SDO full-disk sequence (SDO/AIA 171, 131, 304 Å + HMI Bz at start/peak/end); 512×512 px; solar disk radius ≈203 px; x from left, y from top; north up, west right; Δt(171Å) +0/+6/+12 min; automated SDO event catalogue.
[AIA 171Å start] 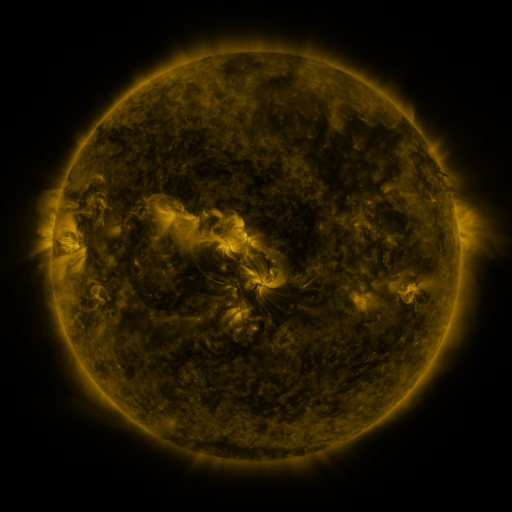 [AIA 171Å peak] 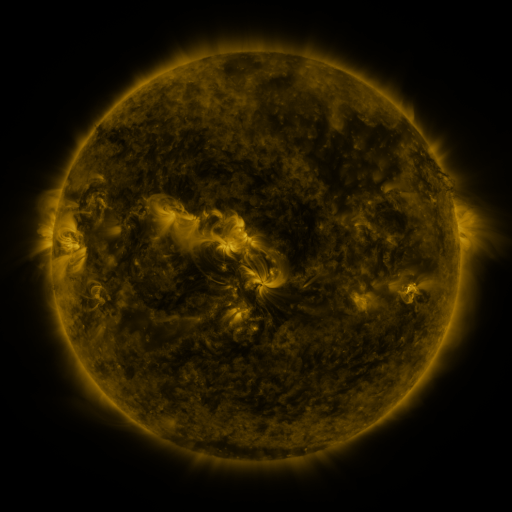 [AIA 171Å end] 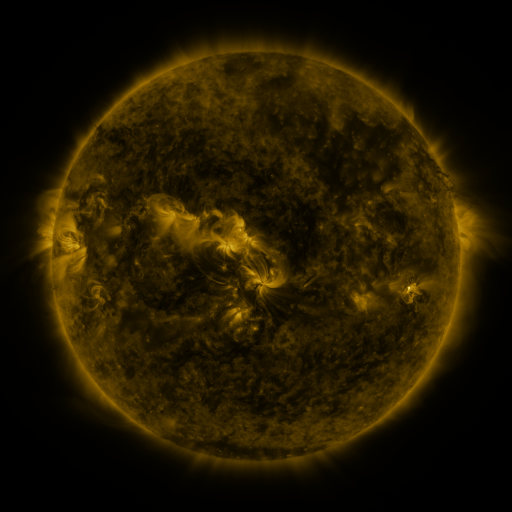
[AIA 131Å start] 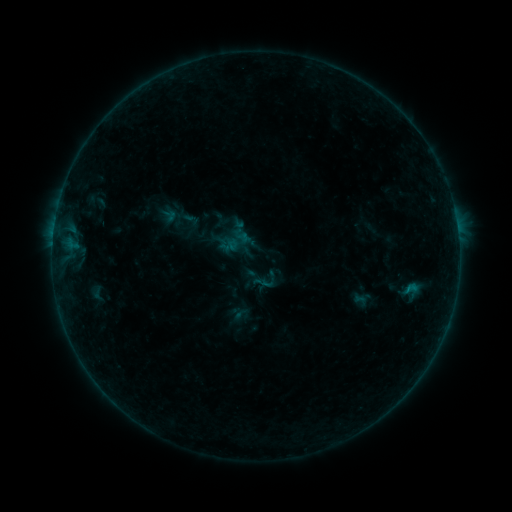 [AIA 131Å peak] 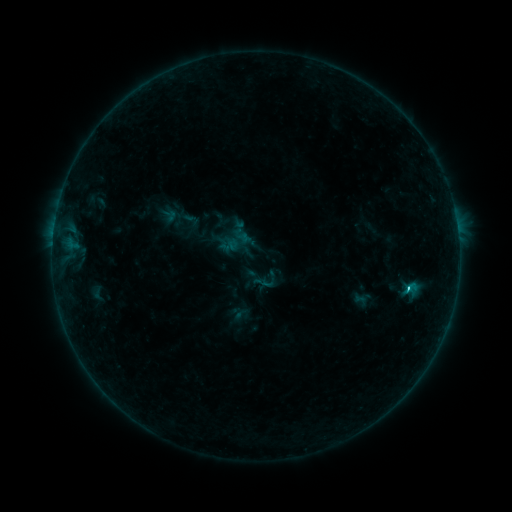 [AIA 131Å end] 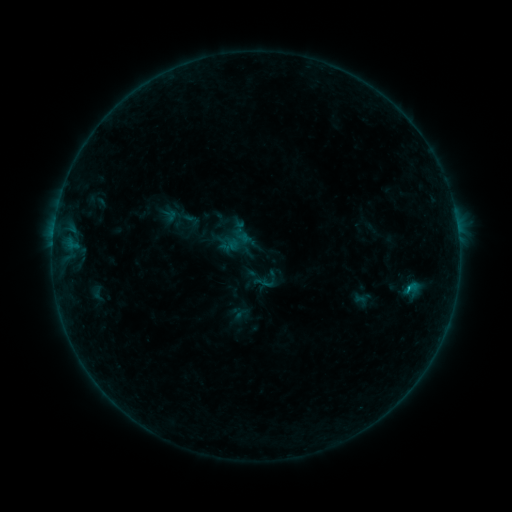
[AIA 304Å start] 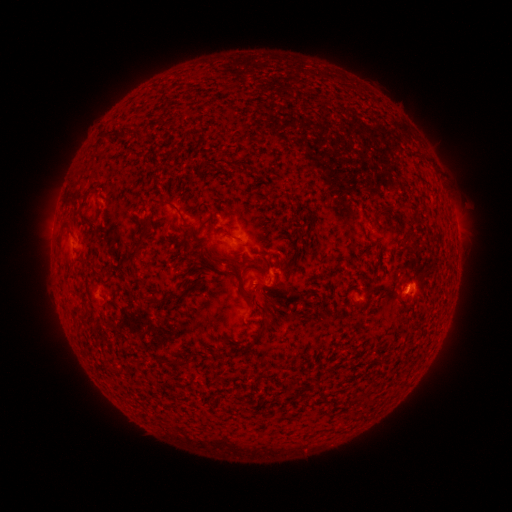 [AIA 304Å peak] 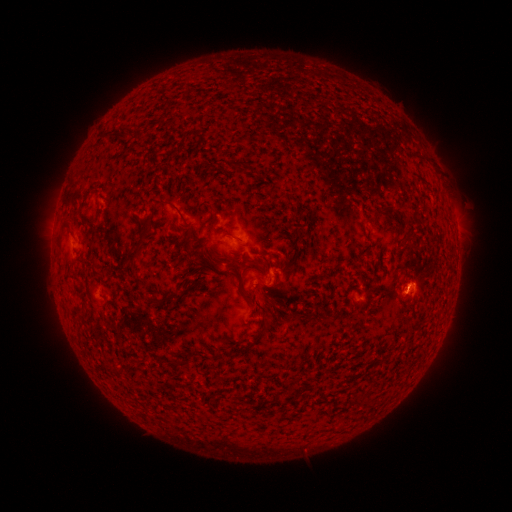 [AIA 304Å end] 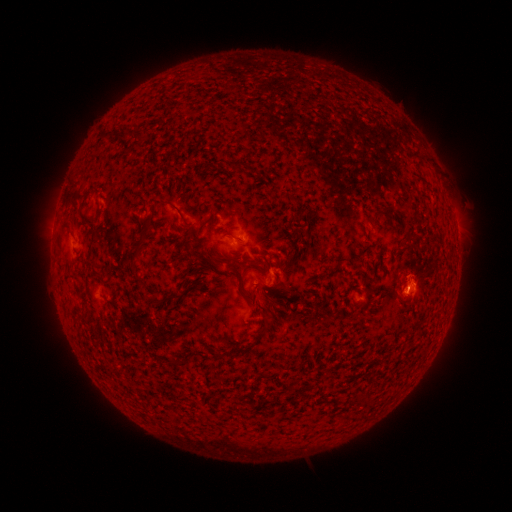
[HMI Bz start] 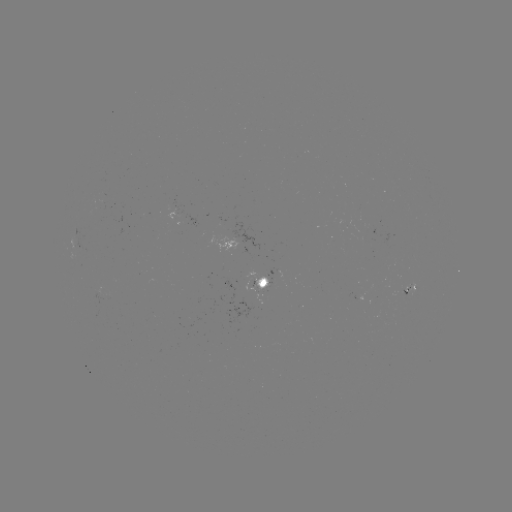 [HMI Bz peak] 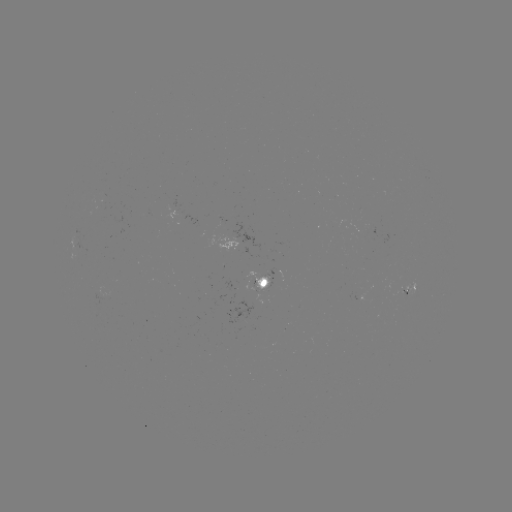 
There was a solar flare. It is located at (408, 287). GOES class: B8.8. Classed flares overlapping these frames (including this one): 1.